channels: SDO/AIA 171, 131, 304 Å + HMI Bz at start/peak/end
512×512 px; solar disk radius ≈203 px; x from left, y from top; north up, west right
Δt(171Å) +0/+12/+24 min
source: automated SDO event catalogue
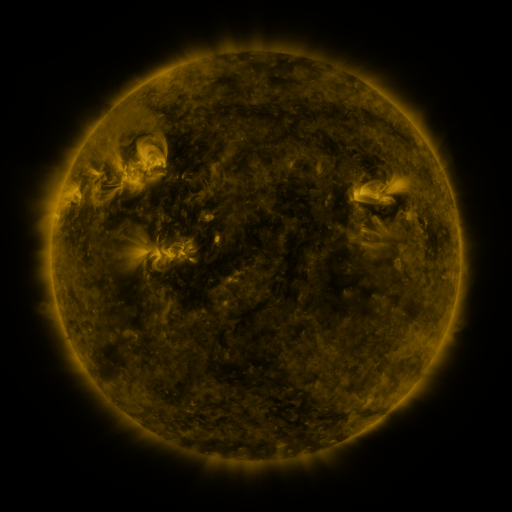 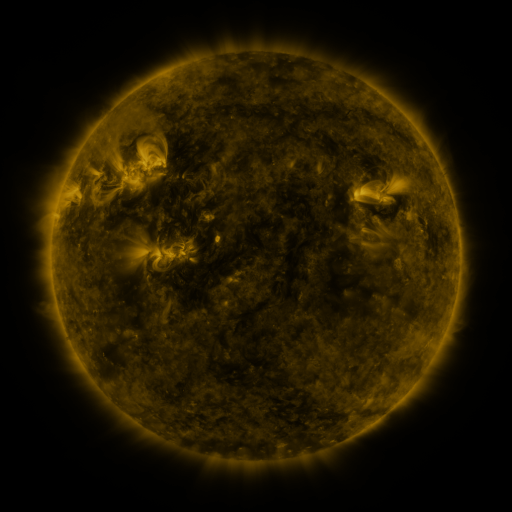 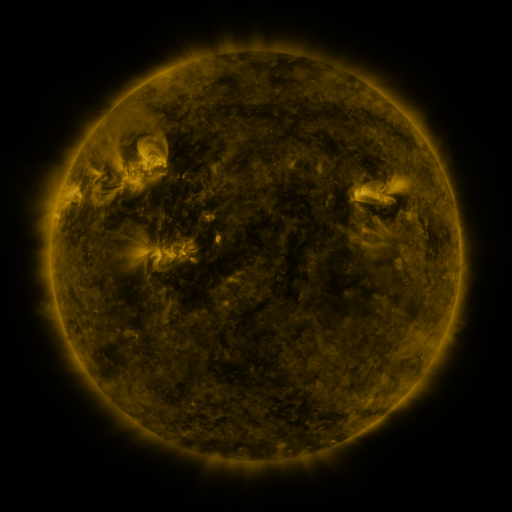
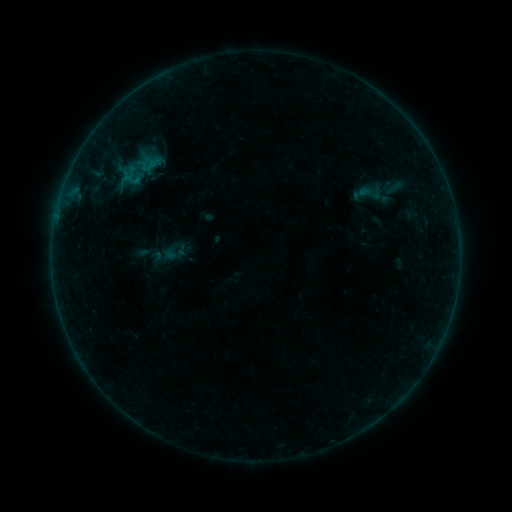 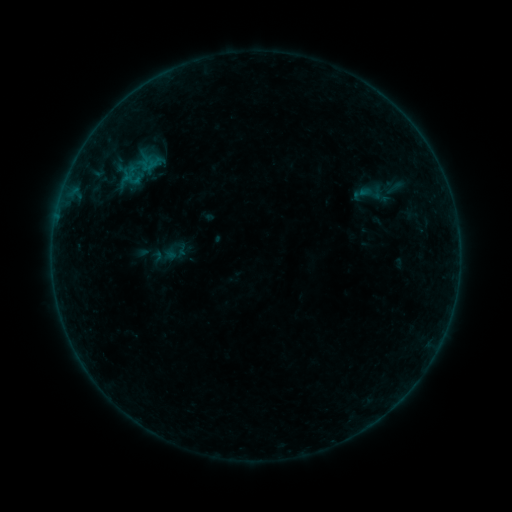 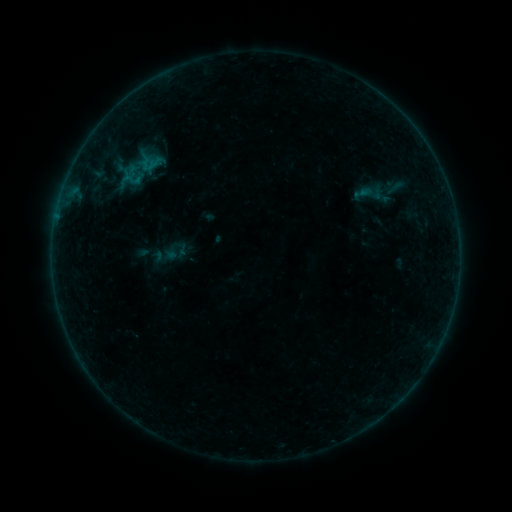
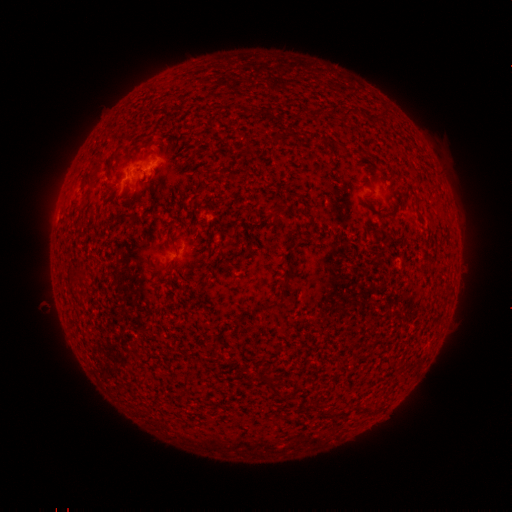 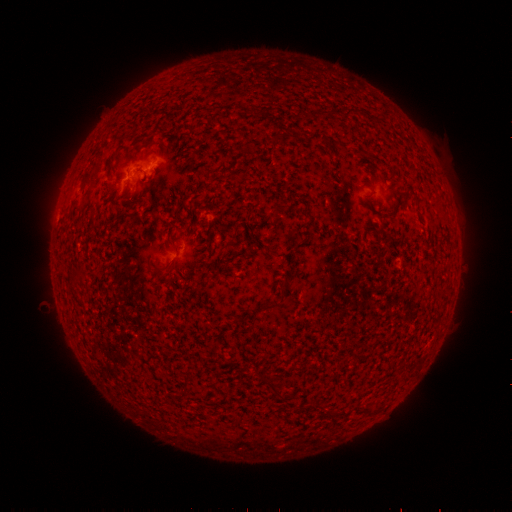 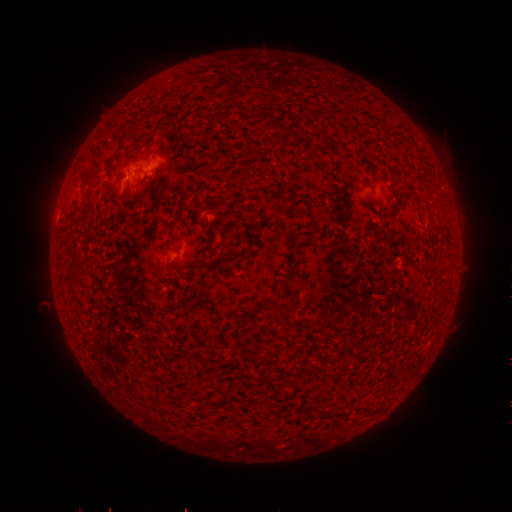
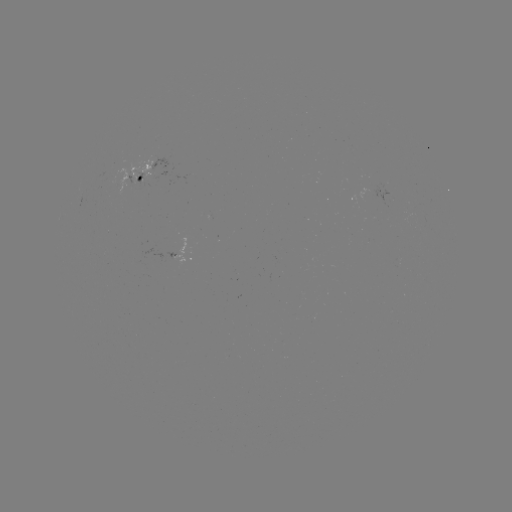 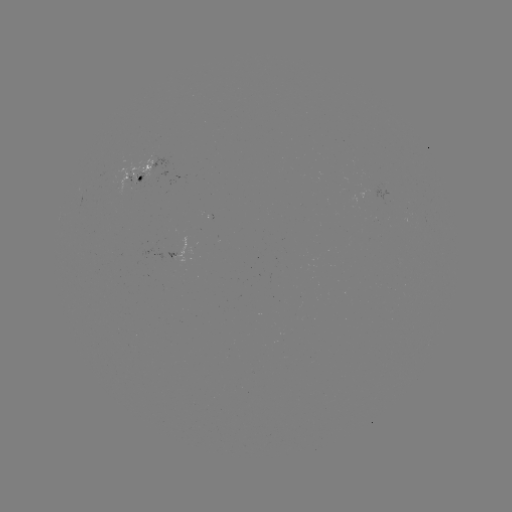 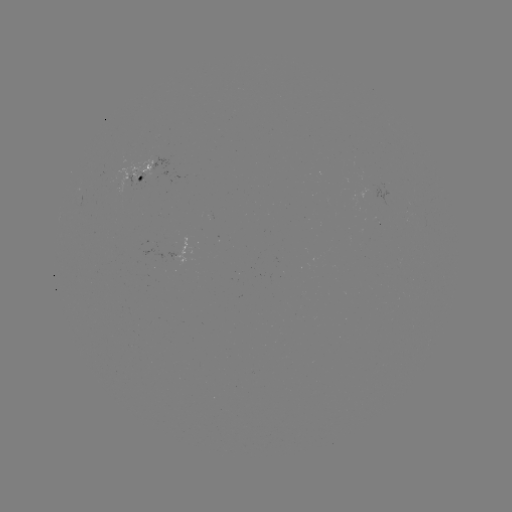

no classed flare was catalogued and no EUV brightening was flagged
